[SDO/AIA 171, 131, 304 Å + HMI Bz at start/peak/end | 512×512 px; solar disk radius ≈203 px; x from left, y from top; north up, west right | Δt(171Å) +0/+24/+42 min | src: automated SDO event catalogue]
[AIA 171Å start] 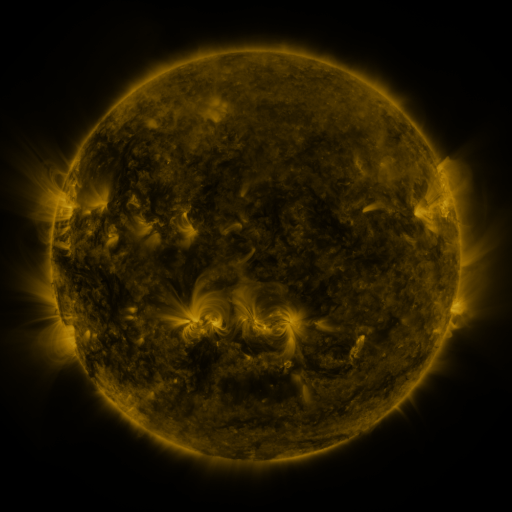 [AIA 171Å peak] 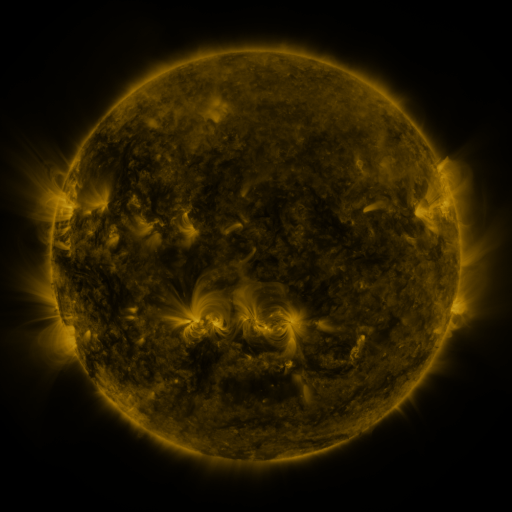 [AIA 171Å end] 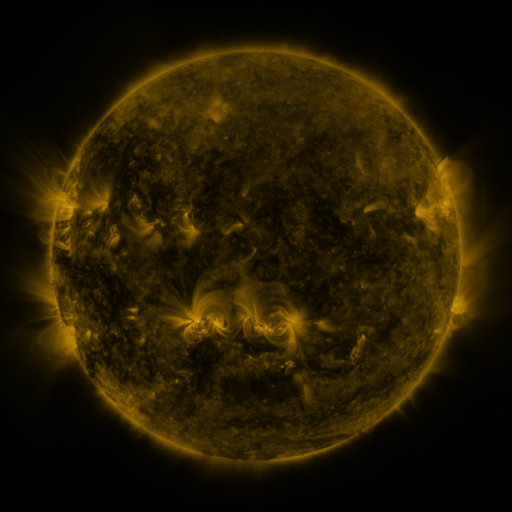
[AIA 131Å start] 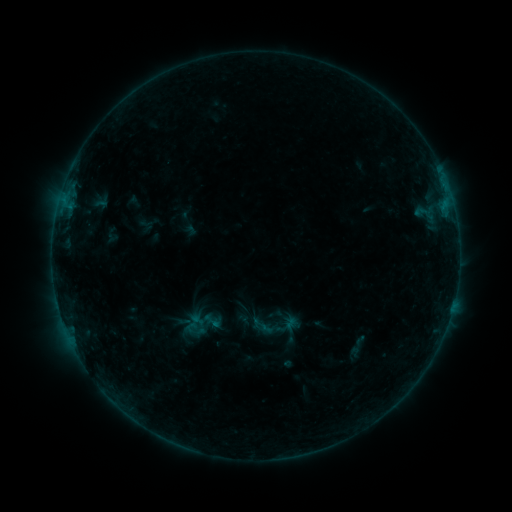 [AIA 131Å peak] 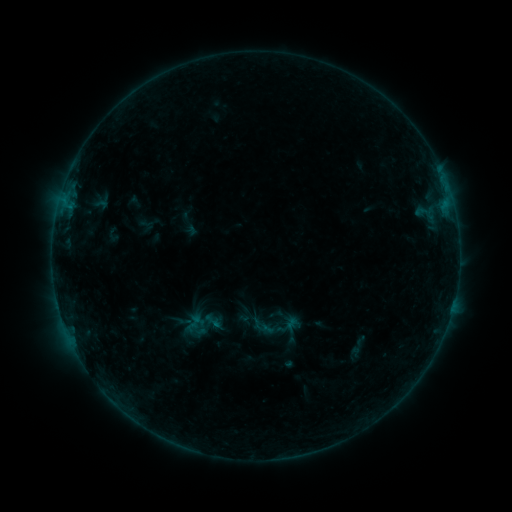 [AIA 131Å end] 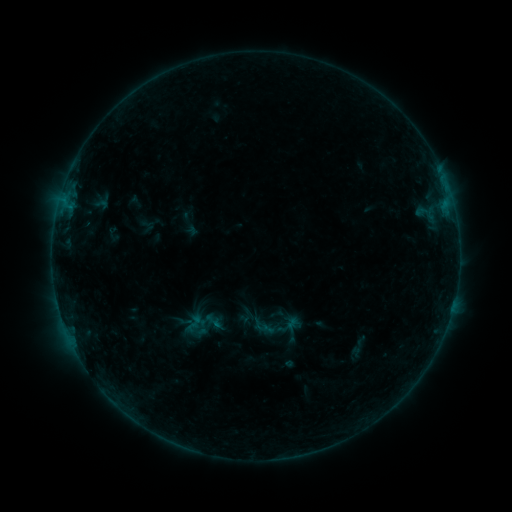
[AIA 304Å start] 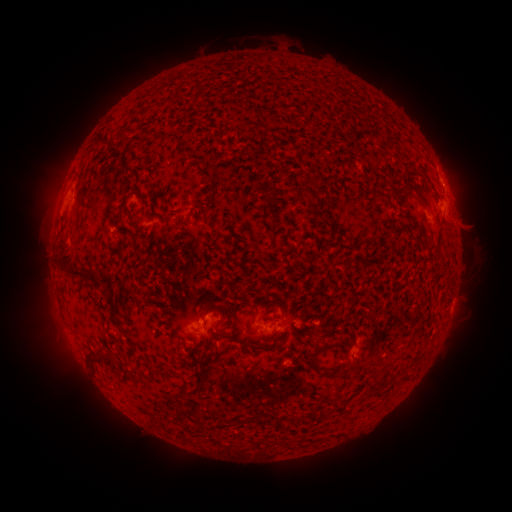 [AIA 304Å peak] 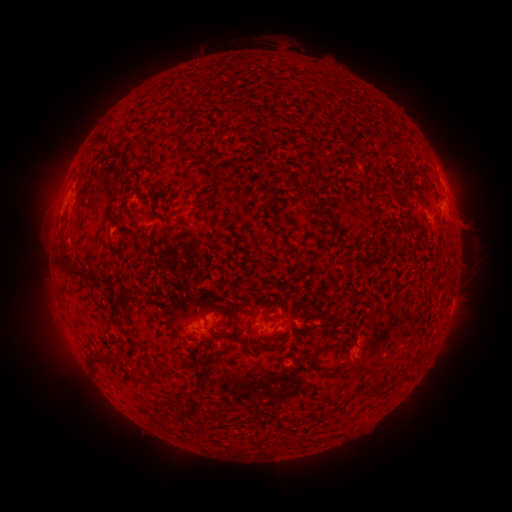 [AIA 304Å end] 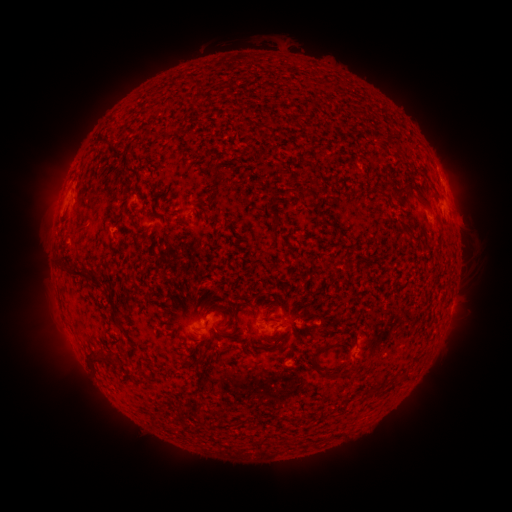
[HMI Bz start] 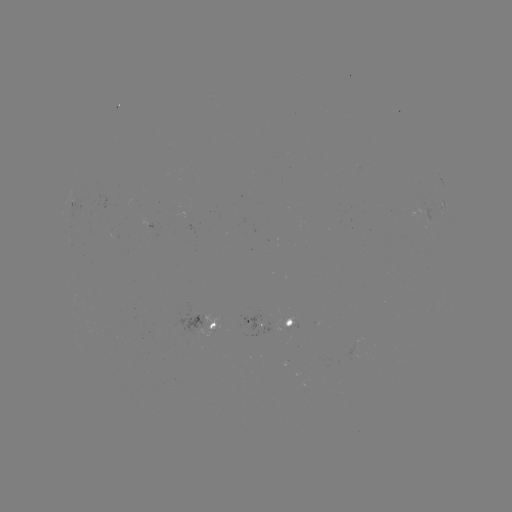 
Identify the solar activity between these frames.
nothing was catalogued: no classed flare, no EUV trigger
